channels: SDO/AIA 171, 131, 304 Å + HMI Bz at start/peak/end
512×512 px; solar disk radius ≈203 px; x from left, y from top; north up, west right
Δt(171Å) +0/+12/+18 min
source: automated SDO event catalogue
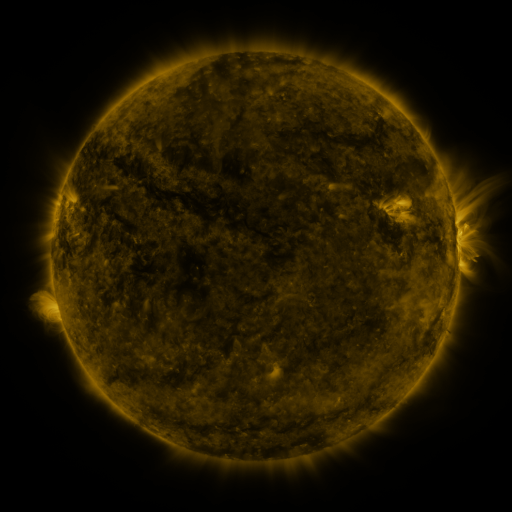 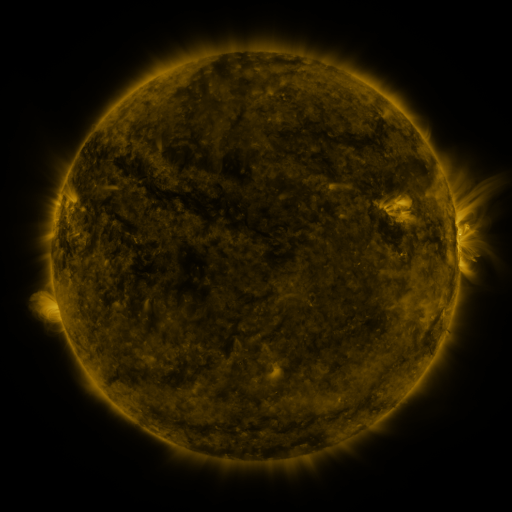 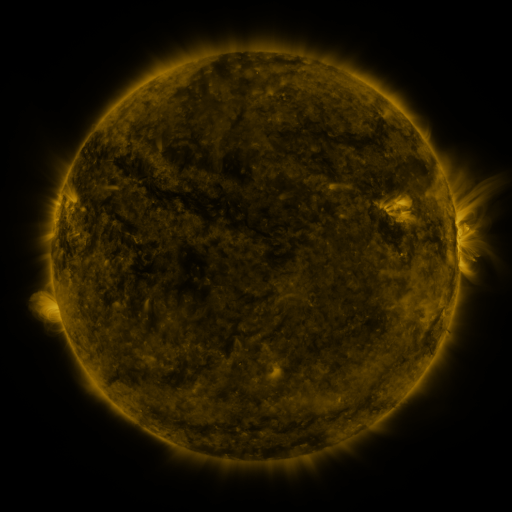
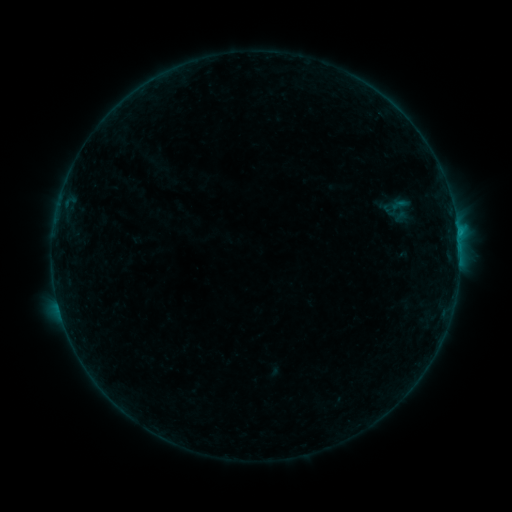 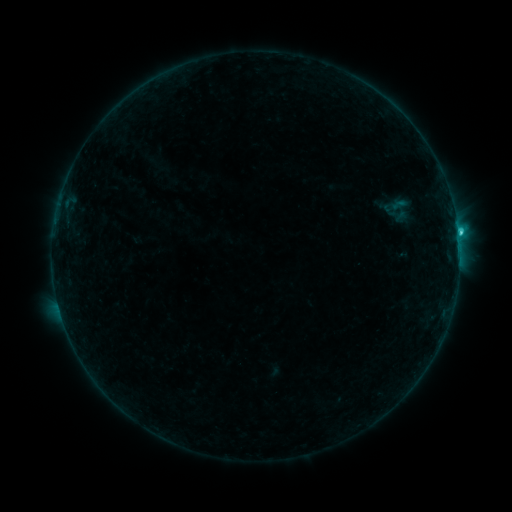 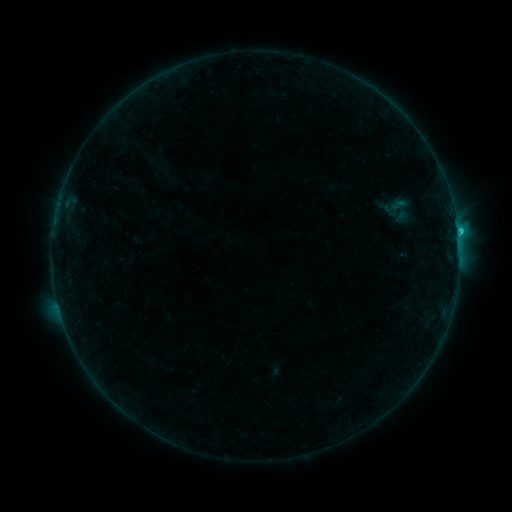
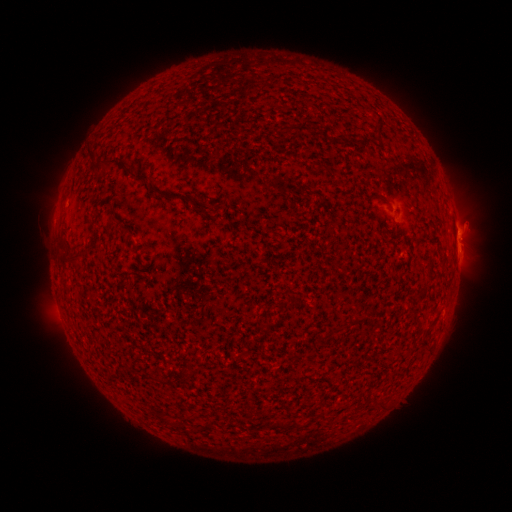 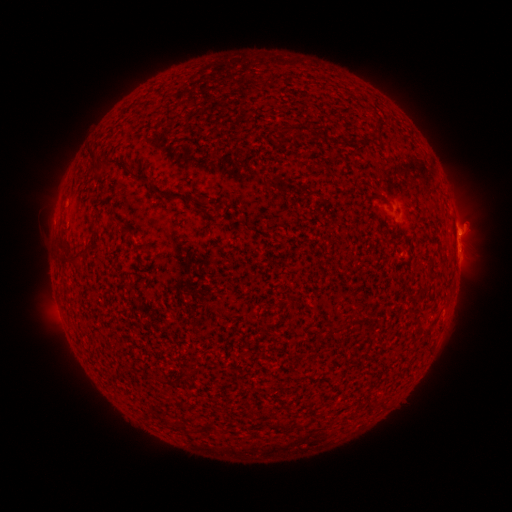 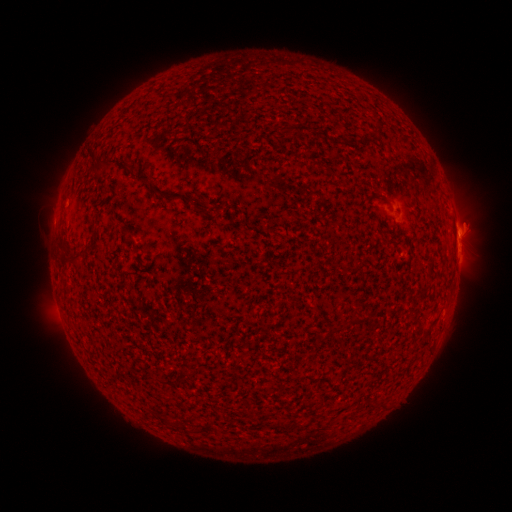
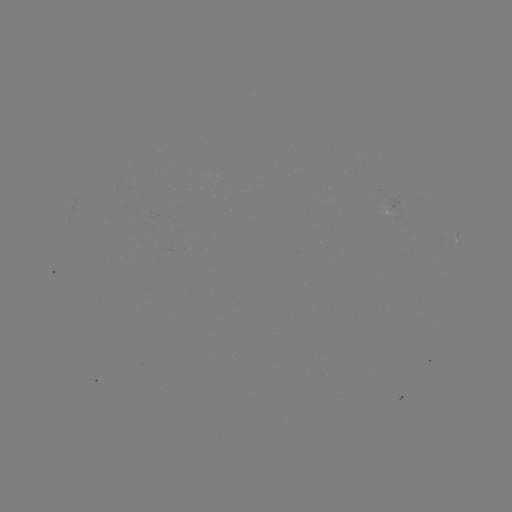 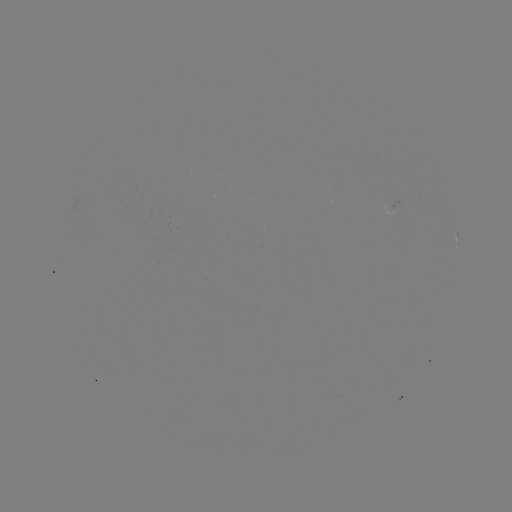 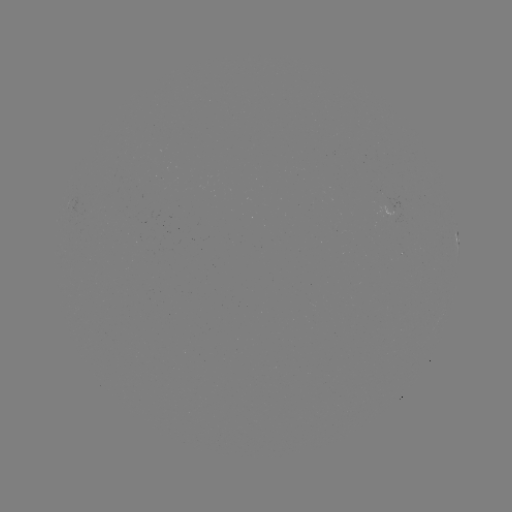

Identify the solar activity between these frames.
C1.5 flare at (458, 235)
